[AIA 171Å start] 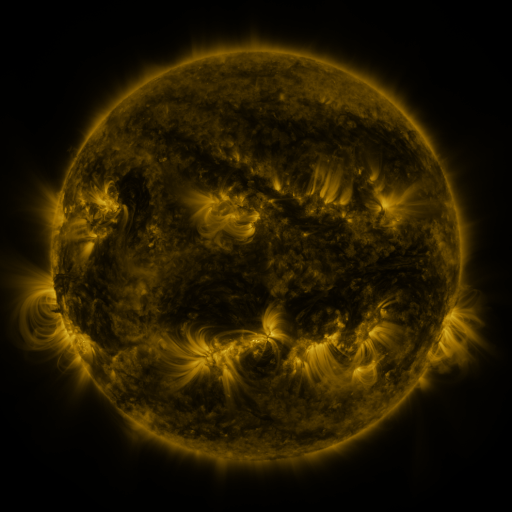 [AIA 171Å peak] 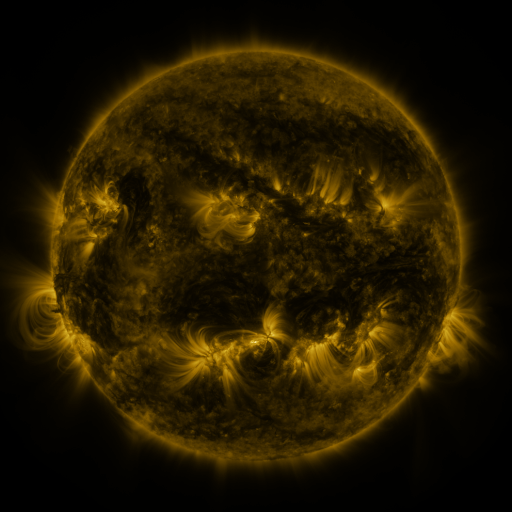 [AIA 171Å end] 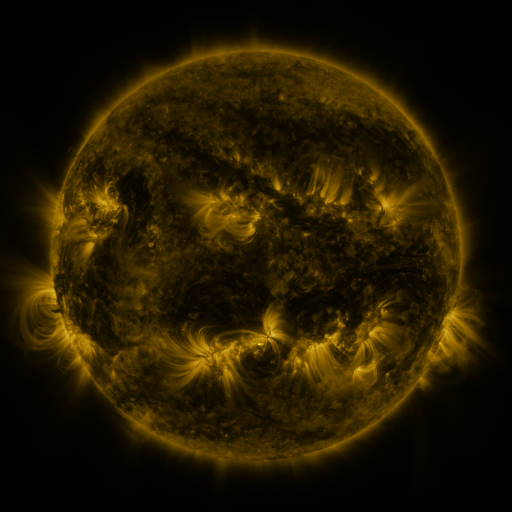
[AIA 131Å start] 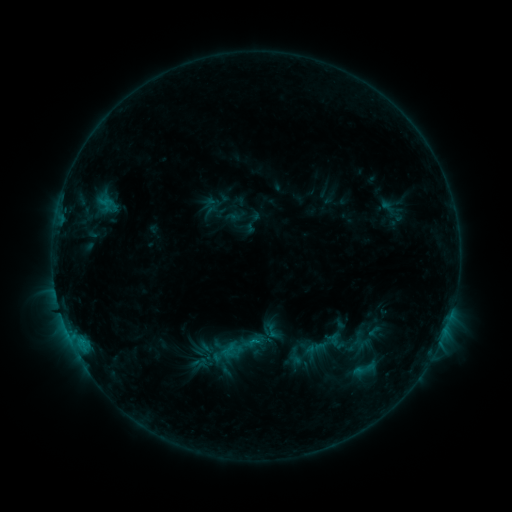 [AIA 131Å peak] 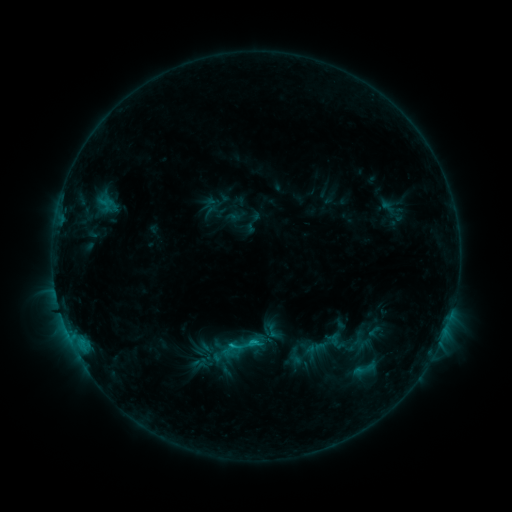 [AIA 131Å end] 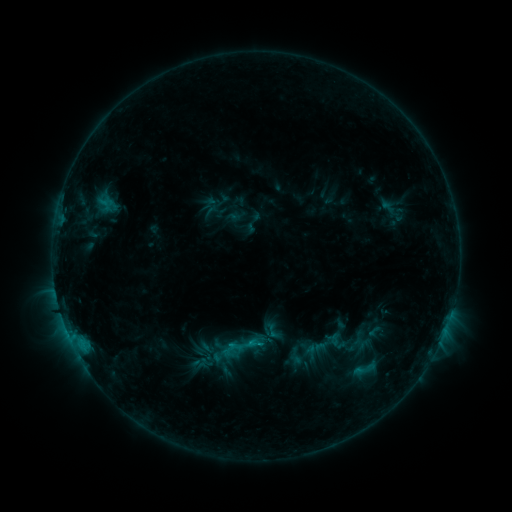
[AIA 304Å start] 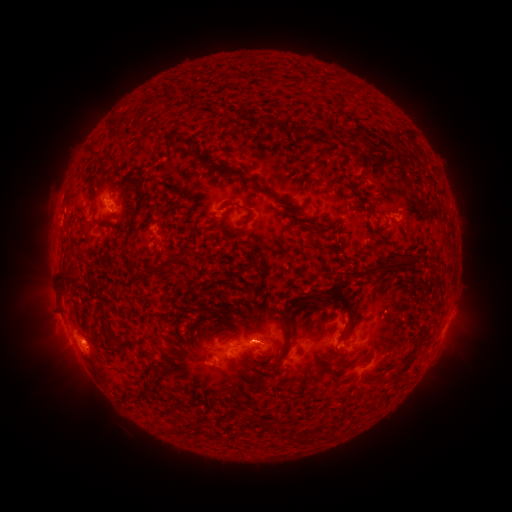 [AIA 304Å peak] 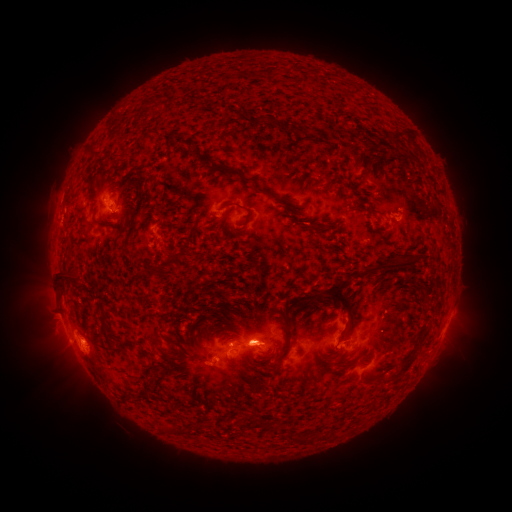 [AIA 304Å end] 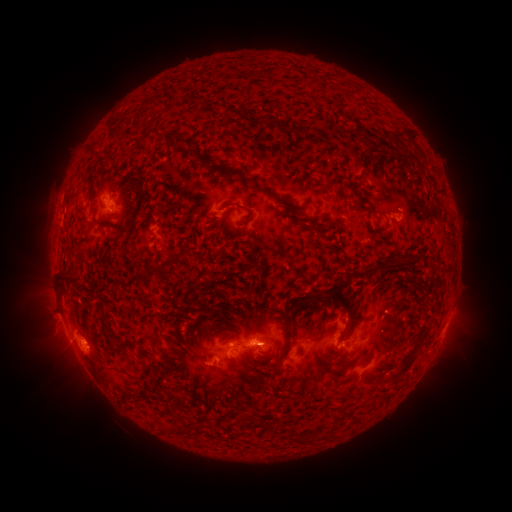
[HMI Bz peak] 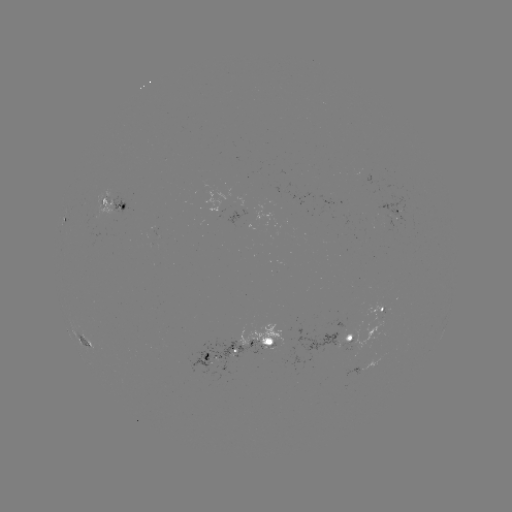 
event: flare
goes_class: C1.0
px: (256, 341)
